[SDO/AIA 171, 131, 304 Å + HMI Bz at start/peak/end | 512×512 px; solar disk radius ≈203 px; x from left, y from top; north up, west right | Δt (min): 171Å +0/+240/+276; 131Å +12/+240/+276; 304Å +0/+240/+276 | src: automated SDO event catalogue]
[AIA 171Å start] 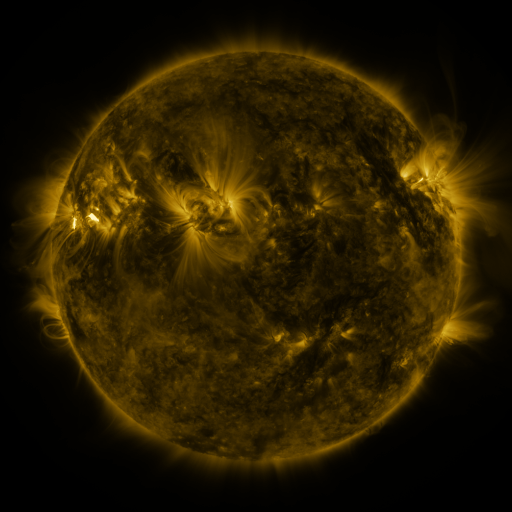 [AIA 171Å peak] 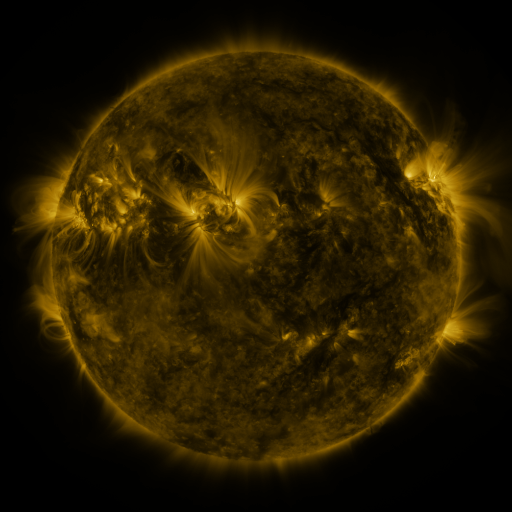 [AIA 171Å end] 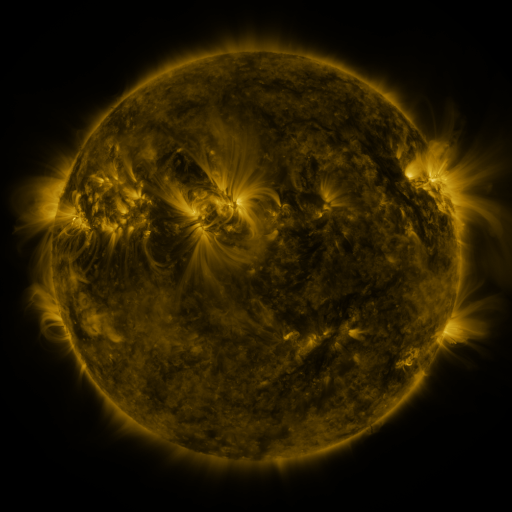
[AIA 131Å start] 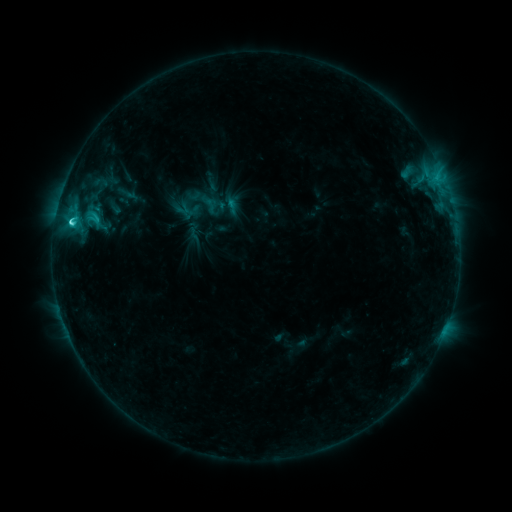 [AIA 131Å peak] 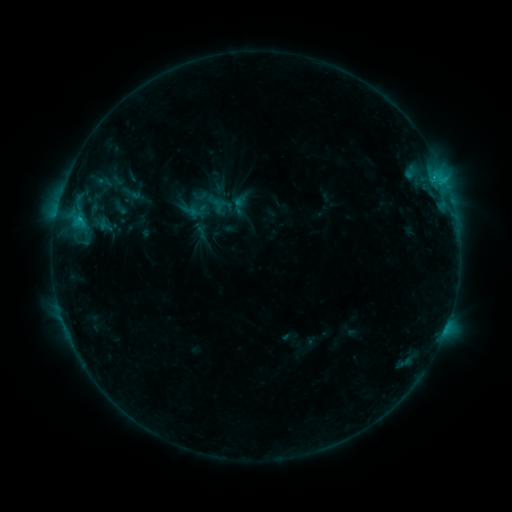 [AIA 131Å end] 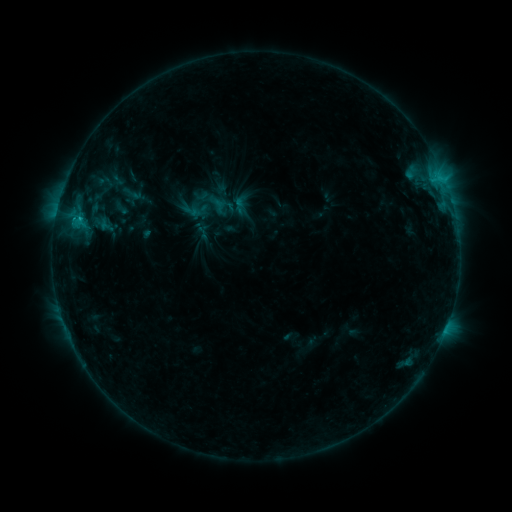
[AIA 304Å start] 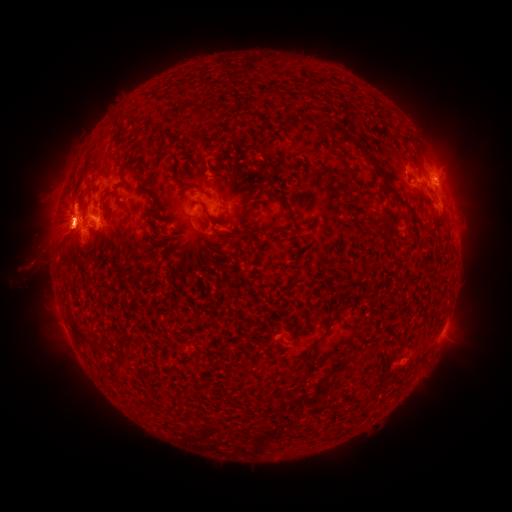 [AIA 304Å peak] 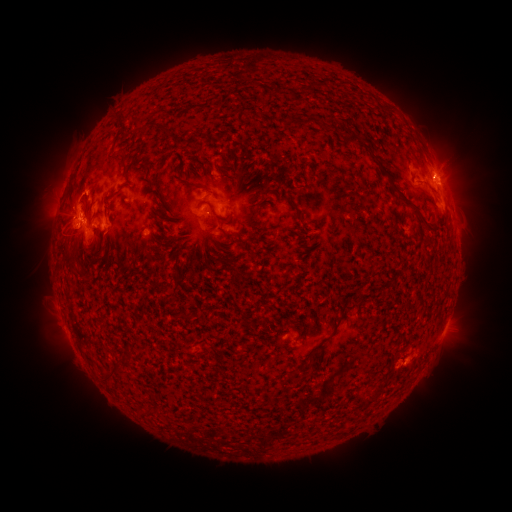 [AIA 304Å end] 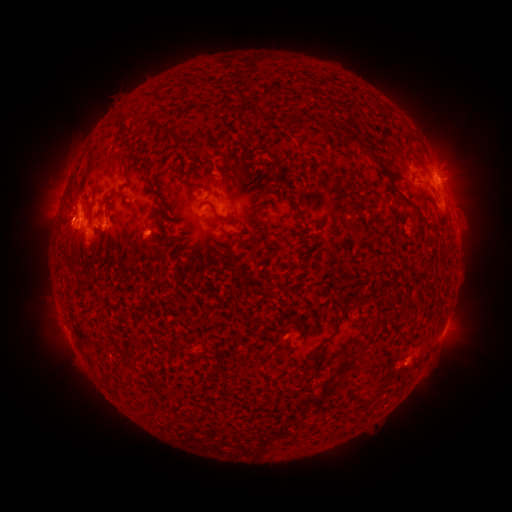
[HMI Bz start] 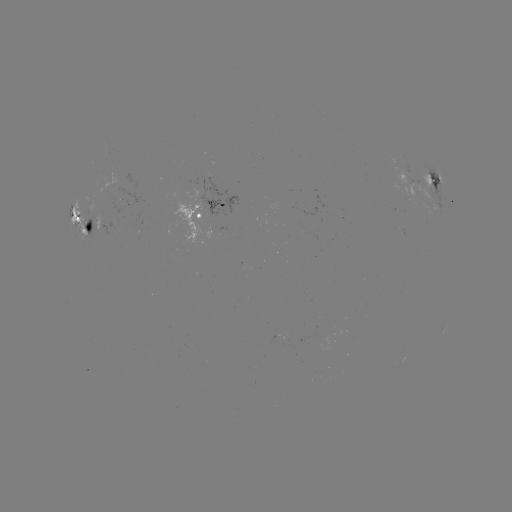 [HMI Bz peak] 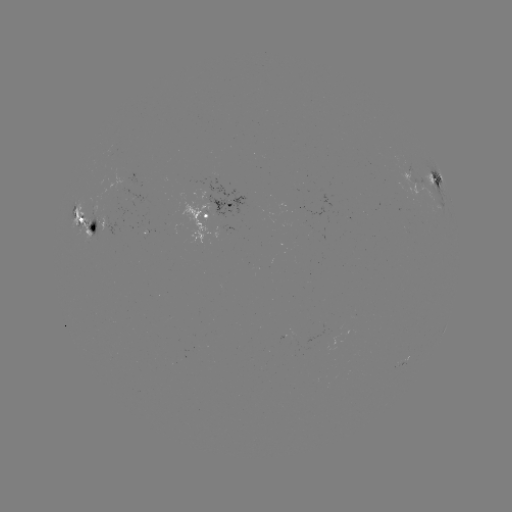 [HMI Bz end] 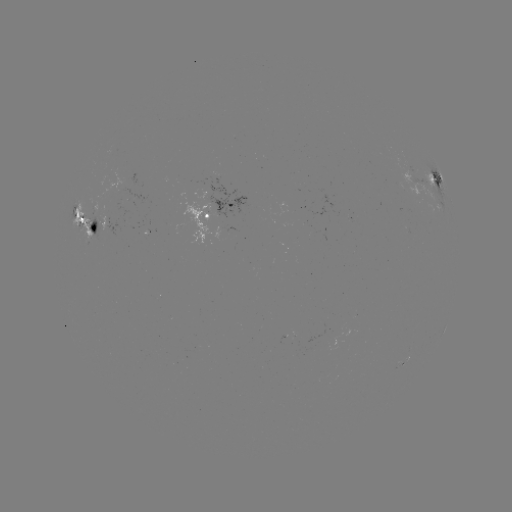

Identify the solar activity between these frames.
emerging-flux region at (143, 229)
